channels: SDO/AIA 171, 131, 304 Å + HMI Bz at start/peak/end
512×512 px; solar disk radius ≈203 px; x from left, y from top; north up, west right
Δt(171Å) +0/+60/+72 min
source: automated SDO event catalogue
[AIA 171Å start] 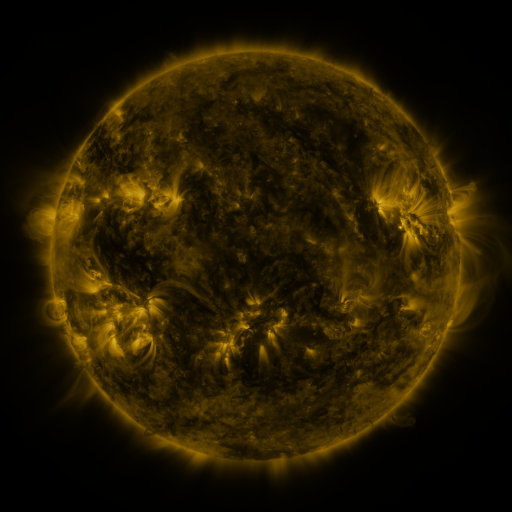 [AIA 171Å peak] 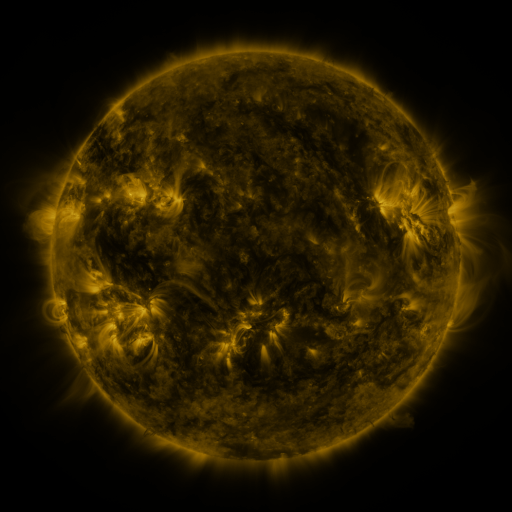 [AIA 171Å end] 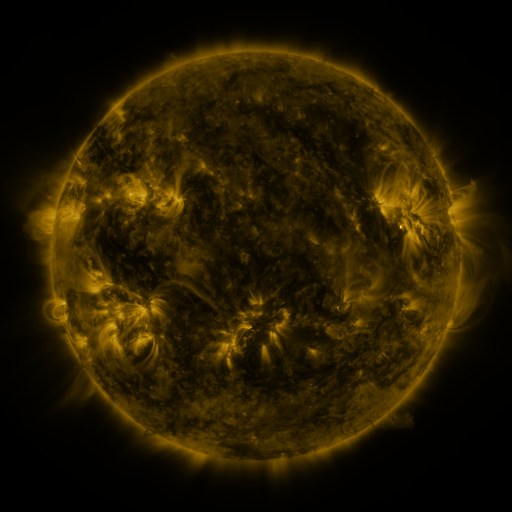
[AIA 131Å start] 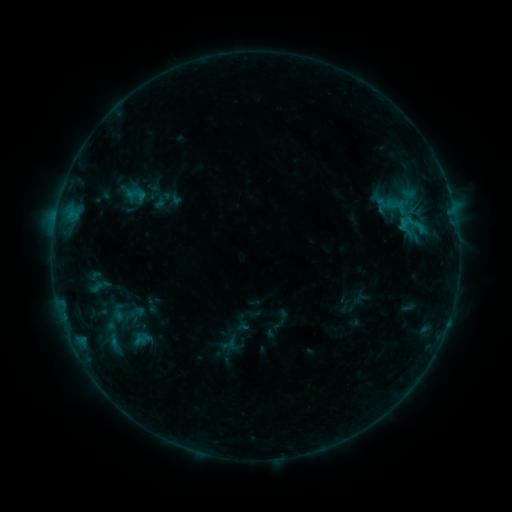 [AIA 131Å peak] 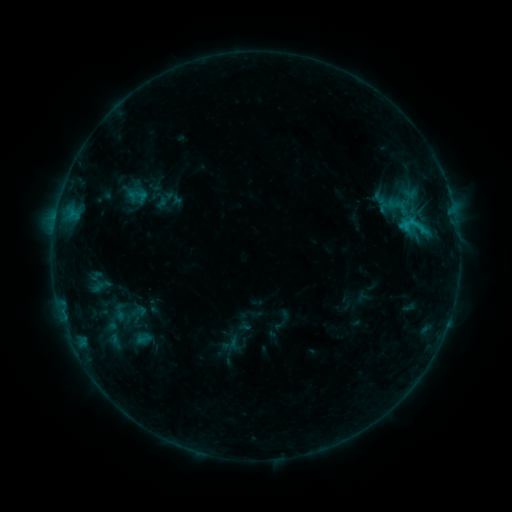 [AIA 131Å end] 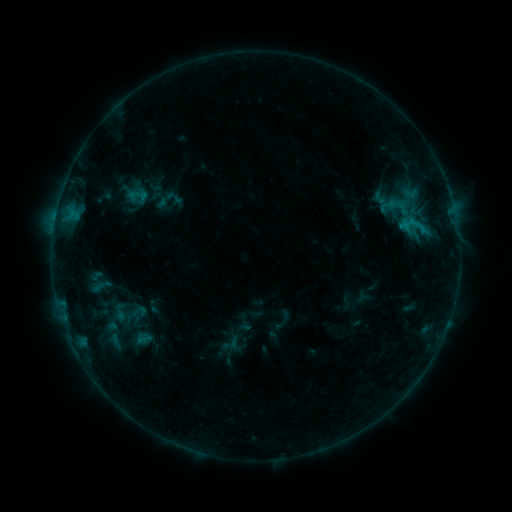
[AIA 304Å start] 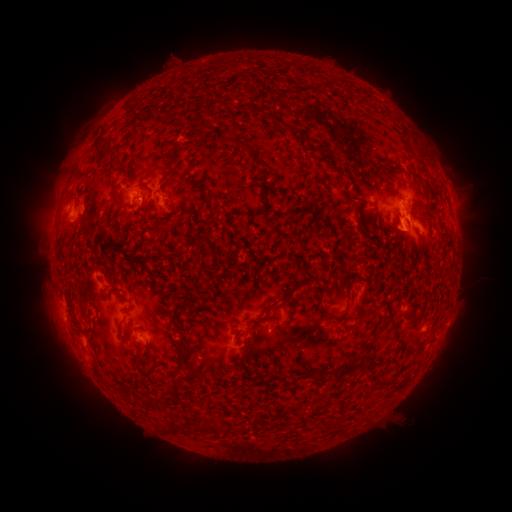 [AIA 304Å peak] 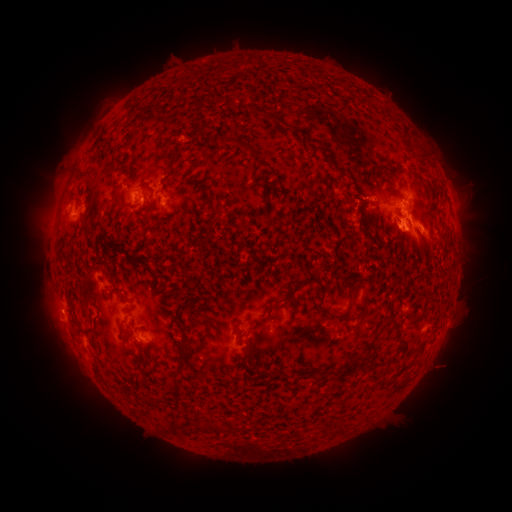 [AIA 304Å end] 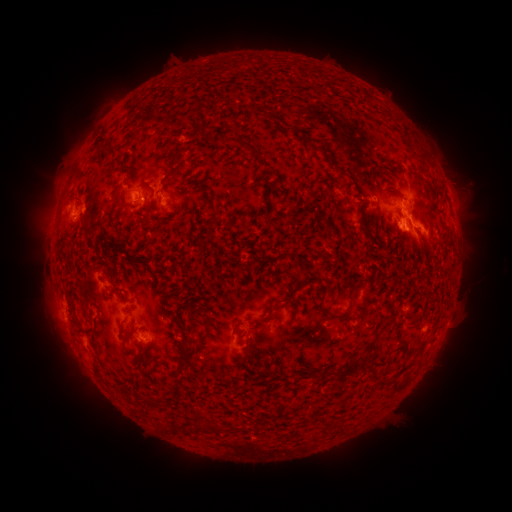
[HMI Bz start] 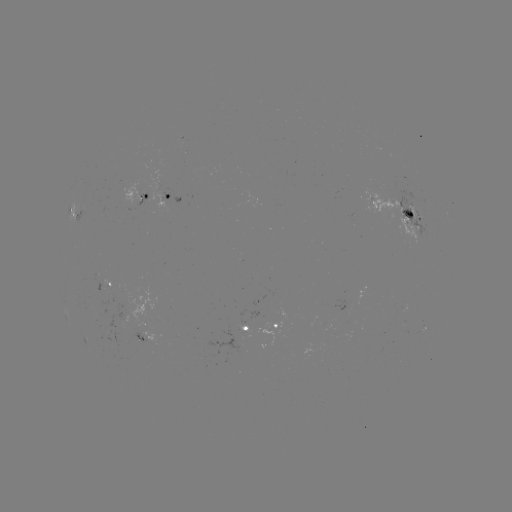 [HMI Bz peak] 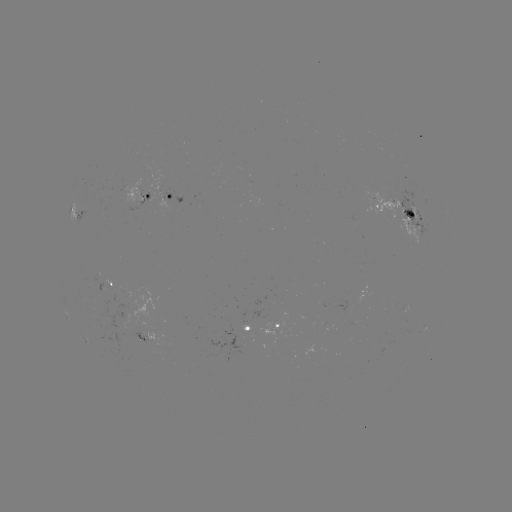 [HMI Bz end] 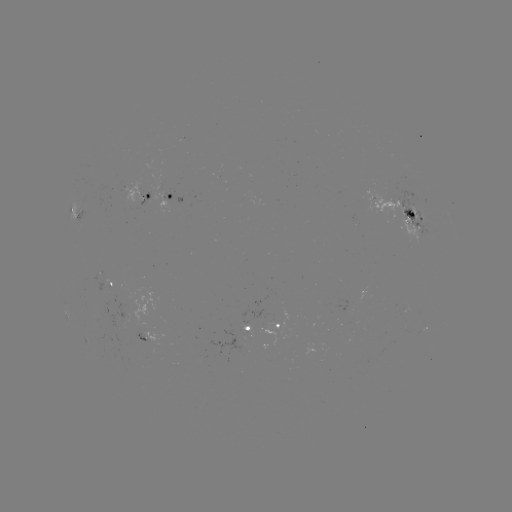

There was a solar emerging-flux region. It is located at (132, 199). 